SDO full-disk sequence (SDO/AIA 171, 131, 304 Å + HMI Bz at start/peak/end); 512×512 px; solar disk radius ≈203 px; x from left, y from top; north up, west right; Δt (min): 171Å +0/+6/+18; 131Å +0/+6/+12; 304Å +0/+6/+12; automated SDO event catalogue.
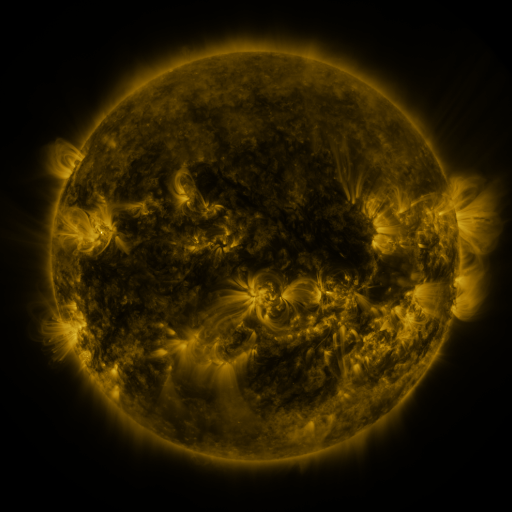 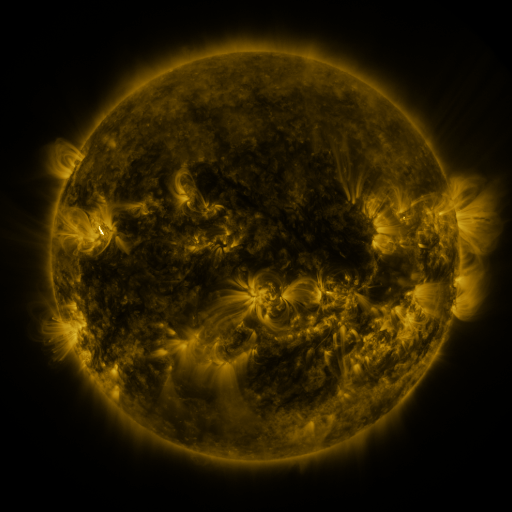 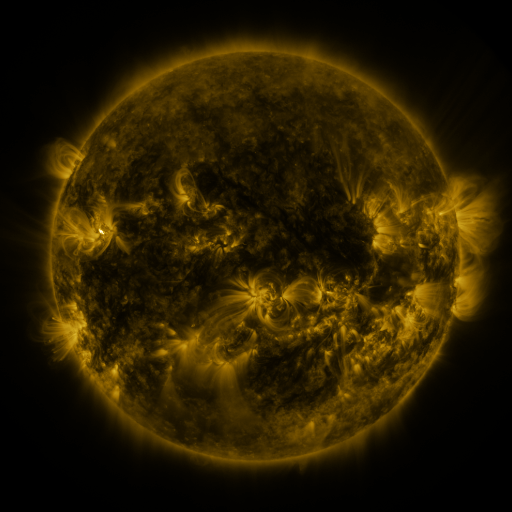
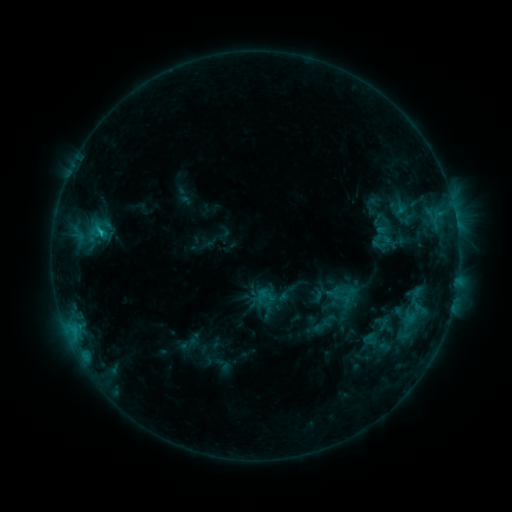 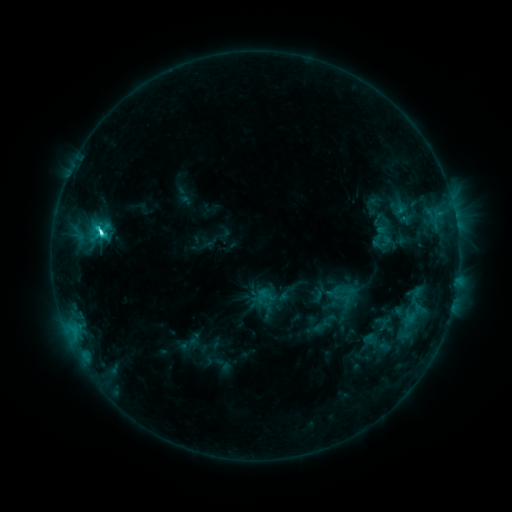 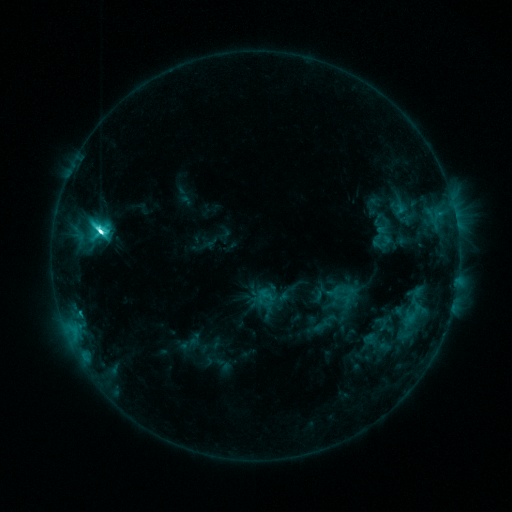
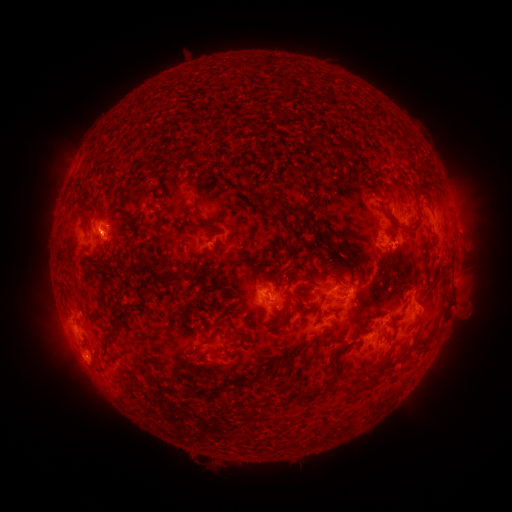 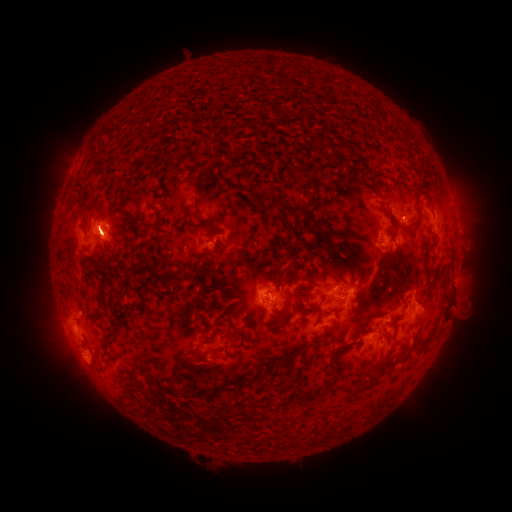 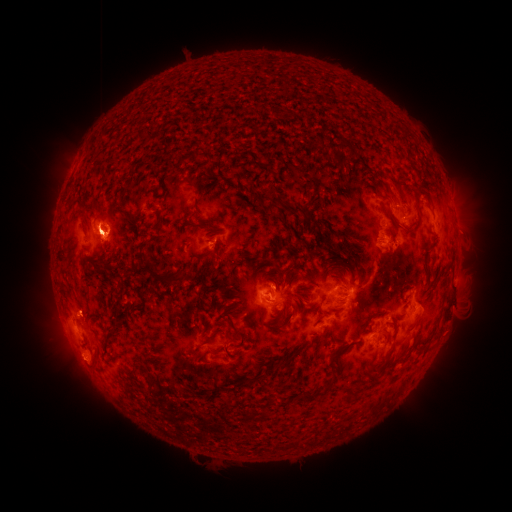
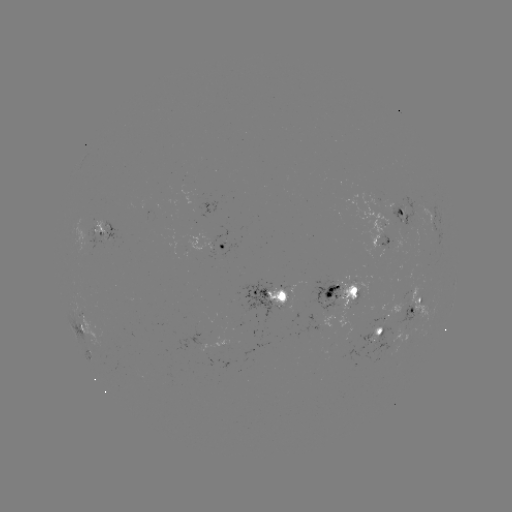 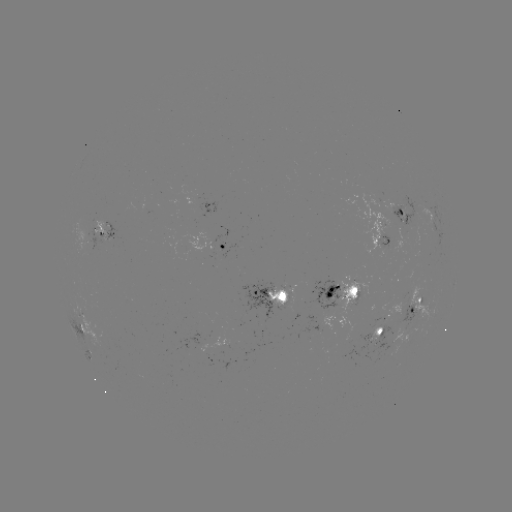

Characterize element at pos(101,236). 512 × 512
M1.2 flare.